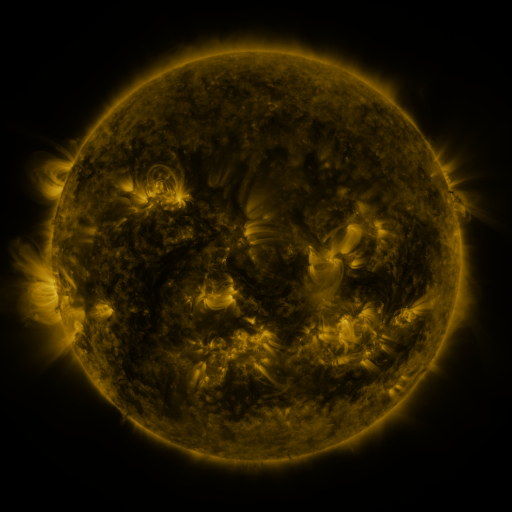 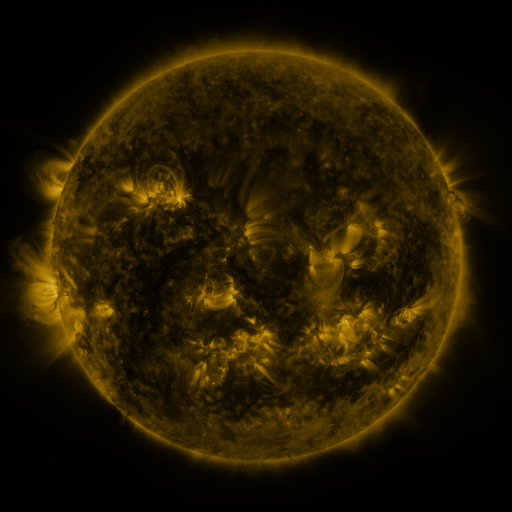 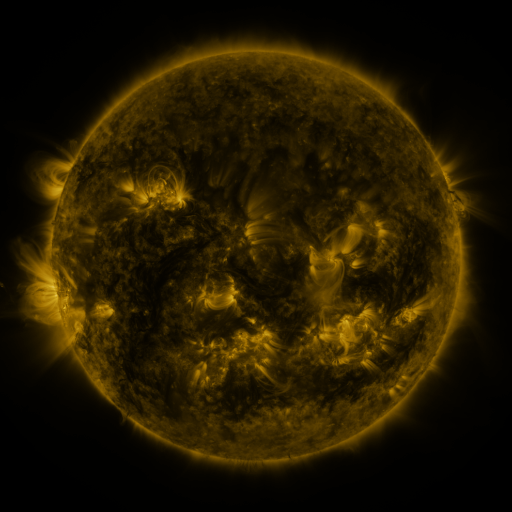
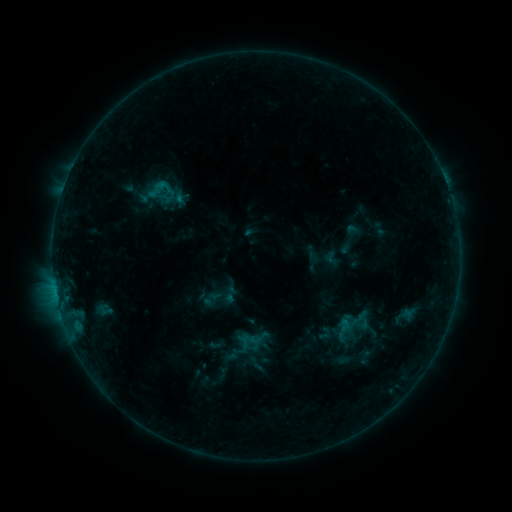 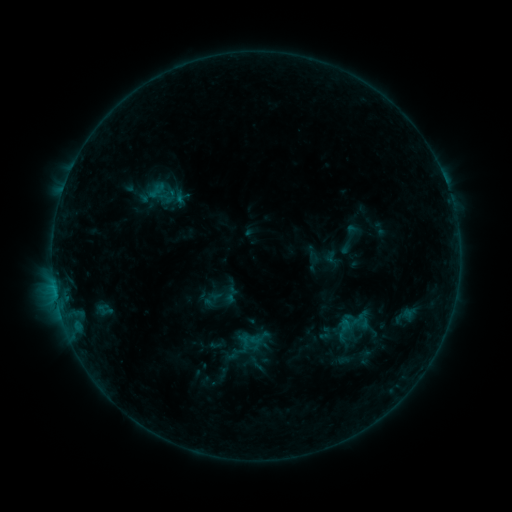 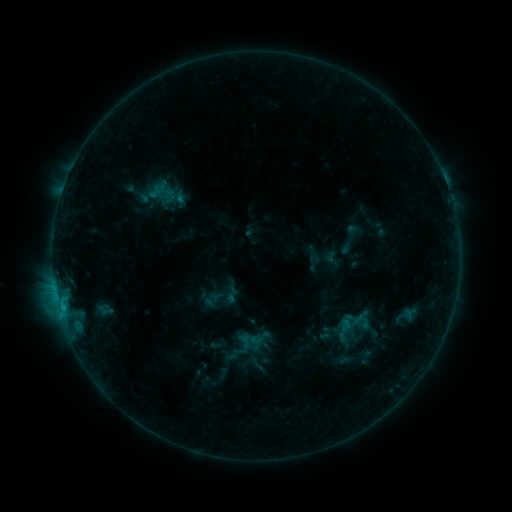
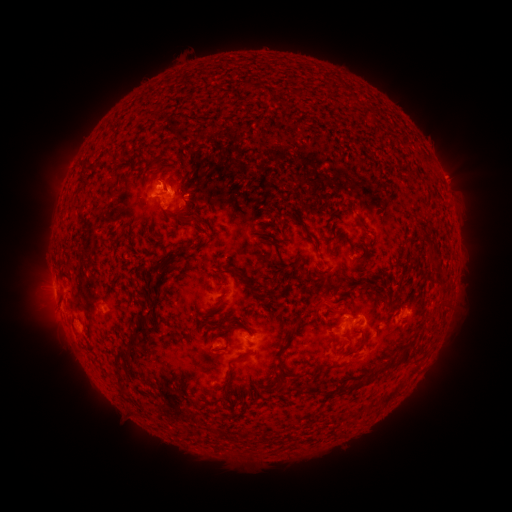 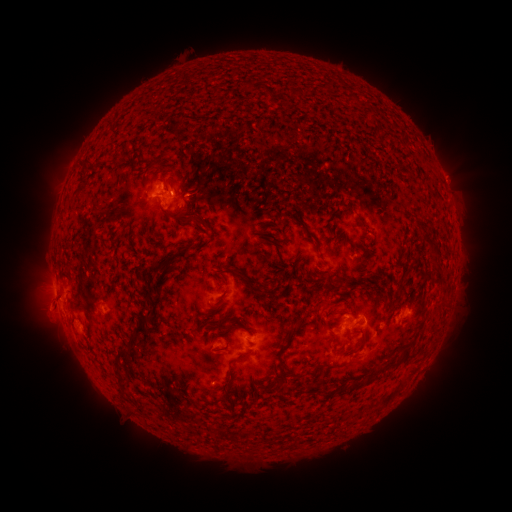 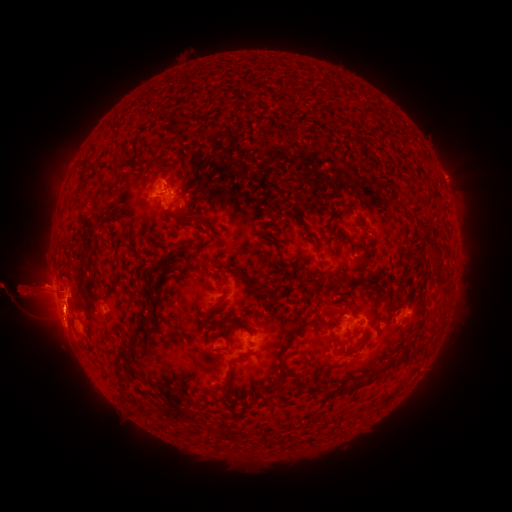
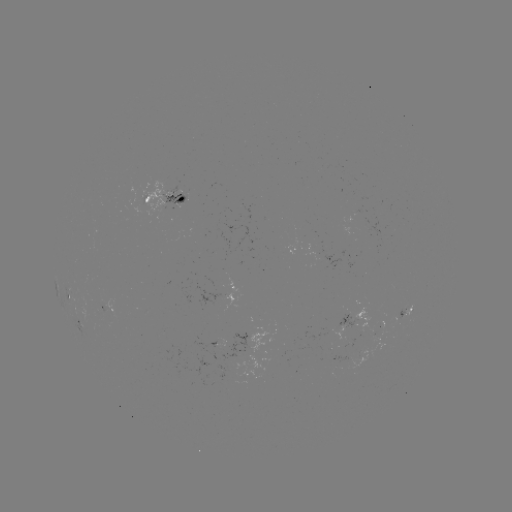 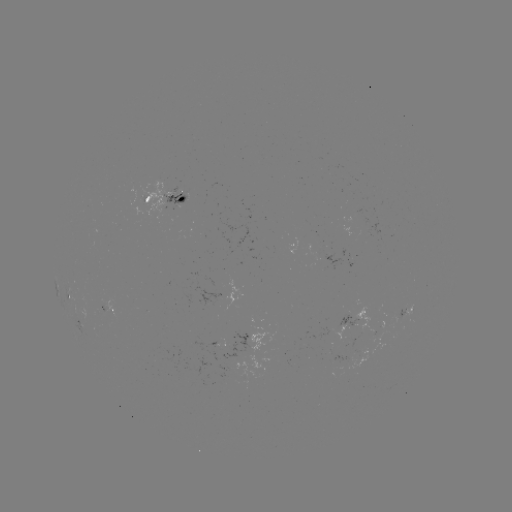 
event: eruption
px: (47, 311)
